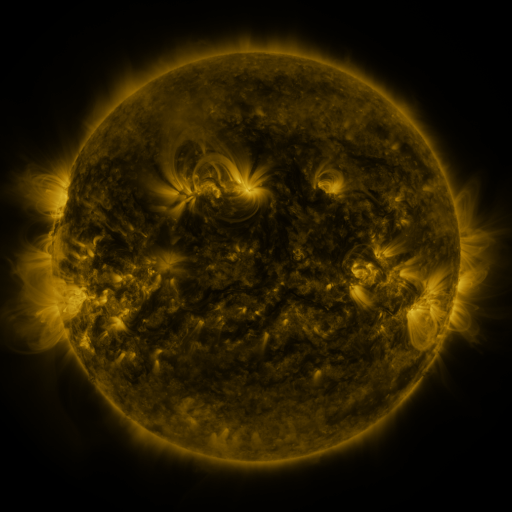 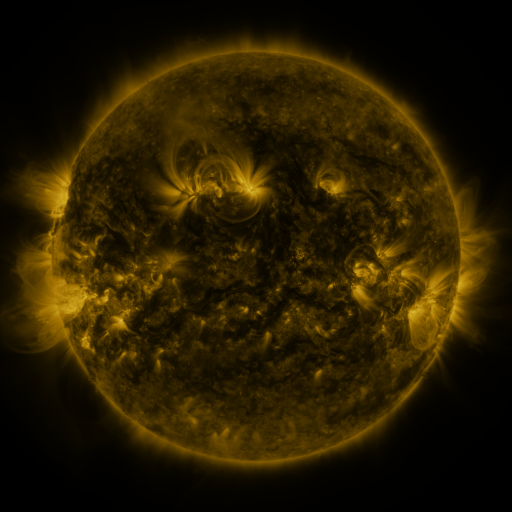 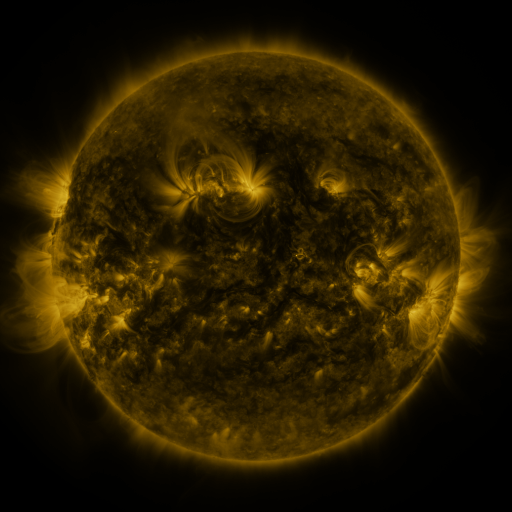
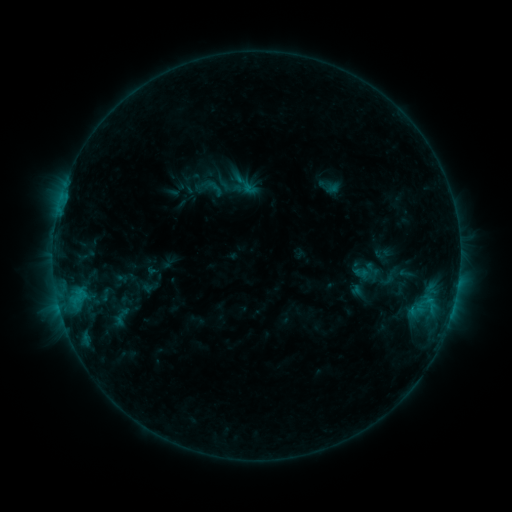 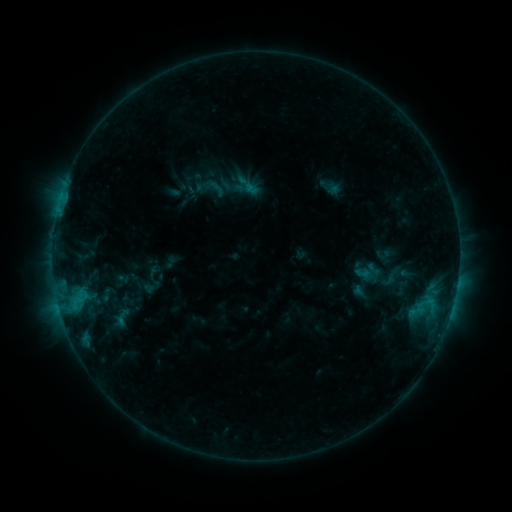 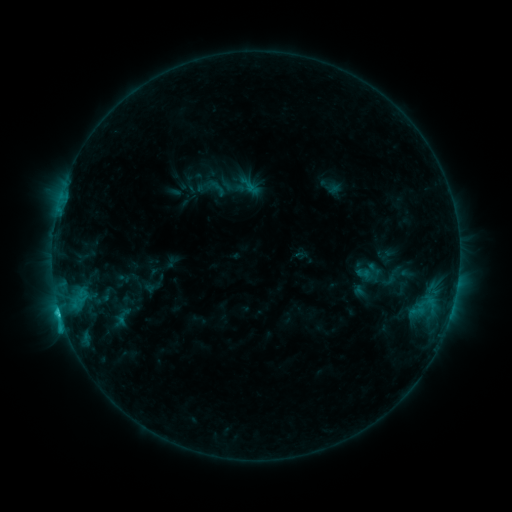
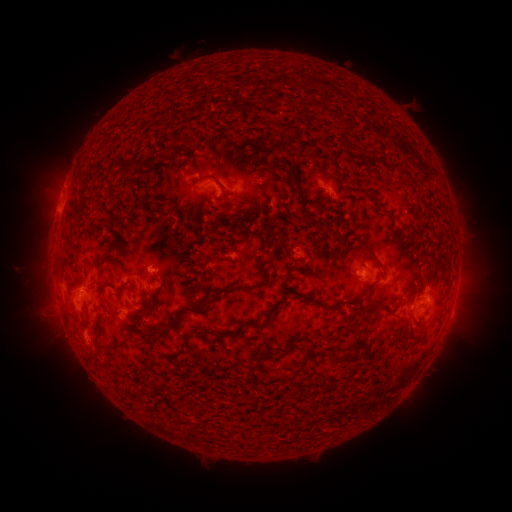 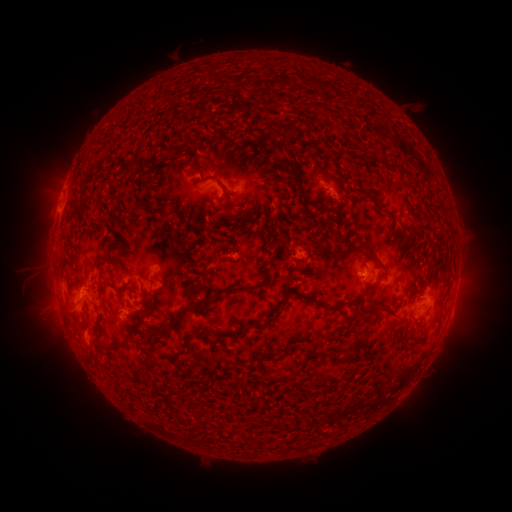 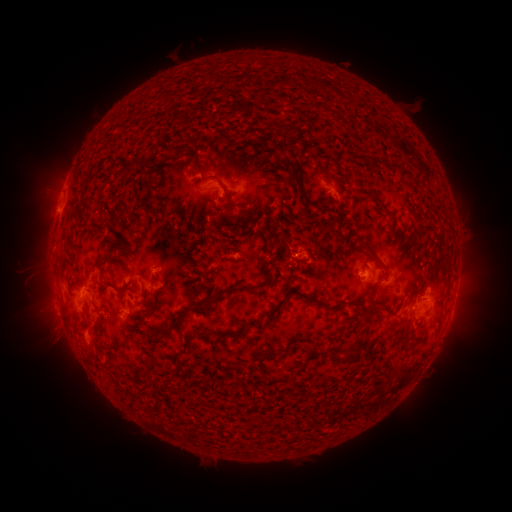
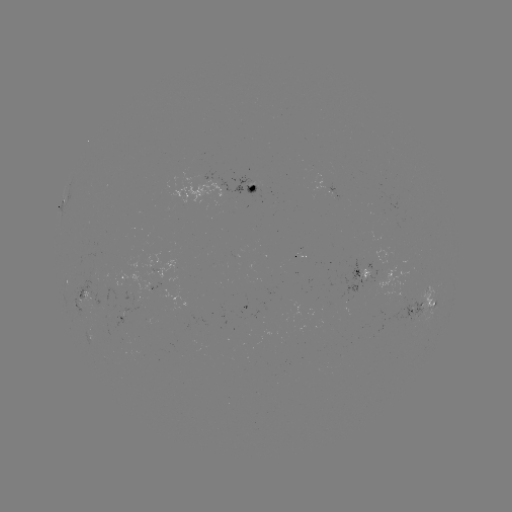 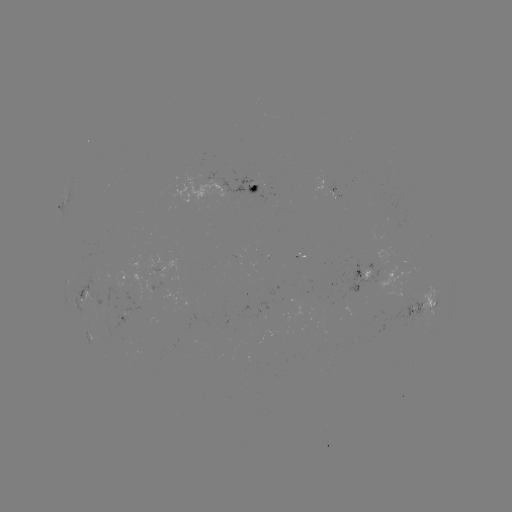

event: emerging-flux region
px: (333, 194)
